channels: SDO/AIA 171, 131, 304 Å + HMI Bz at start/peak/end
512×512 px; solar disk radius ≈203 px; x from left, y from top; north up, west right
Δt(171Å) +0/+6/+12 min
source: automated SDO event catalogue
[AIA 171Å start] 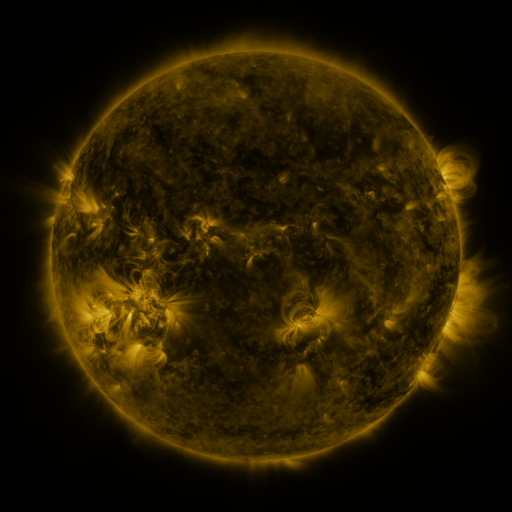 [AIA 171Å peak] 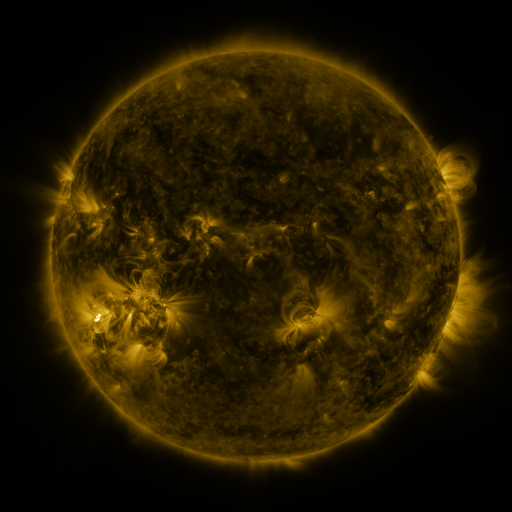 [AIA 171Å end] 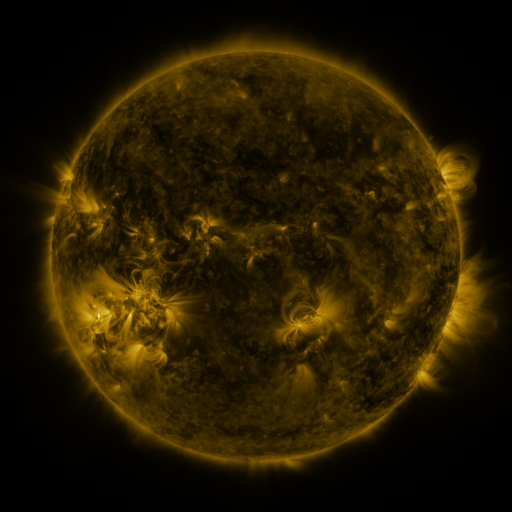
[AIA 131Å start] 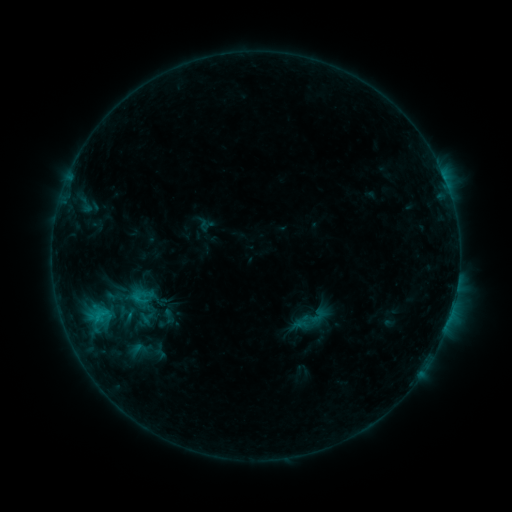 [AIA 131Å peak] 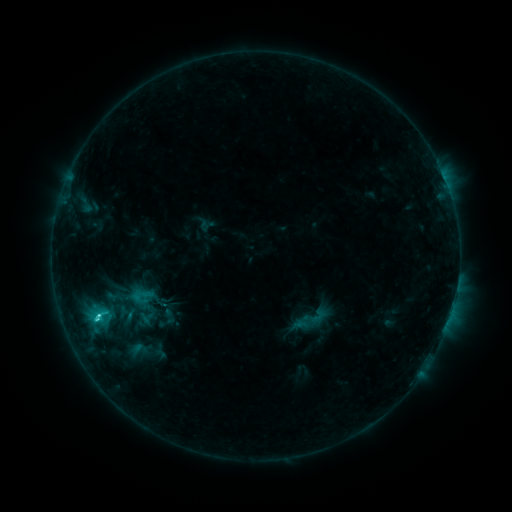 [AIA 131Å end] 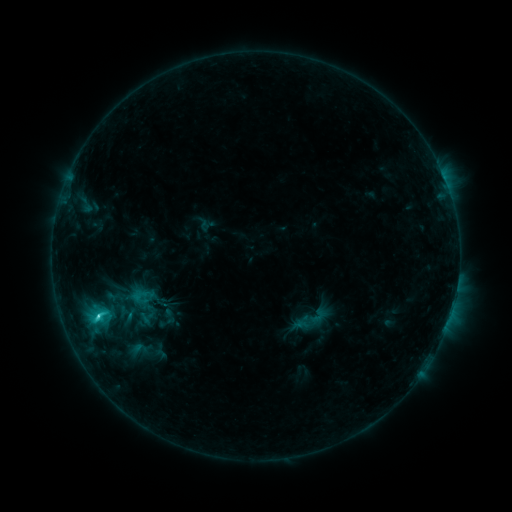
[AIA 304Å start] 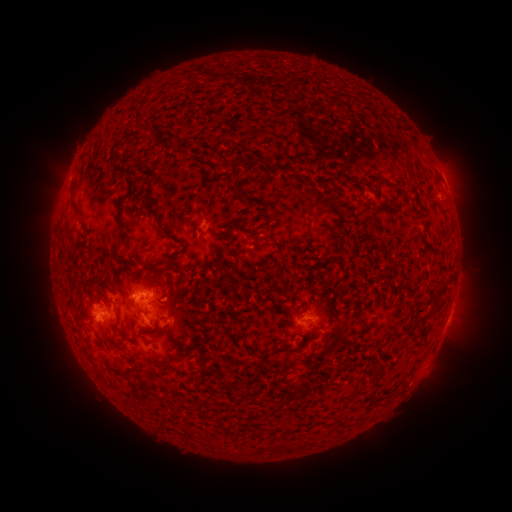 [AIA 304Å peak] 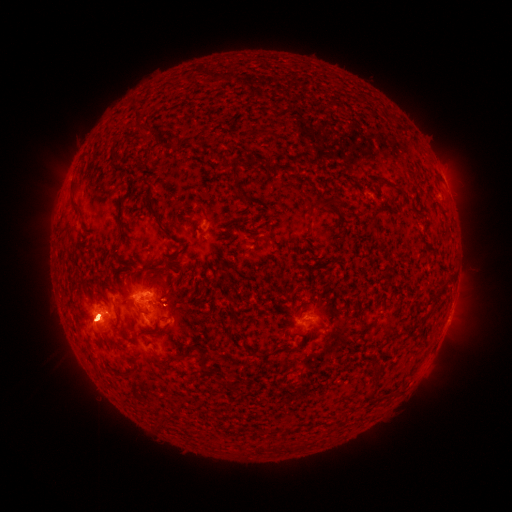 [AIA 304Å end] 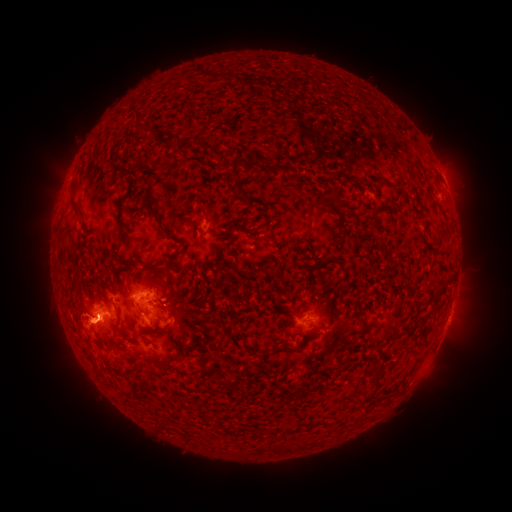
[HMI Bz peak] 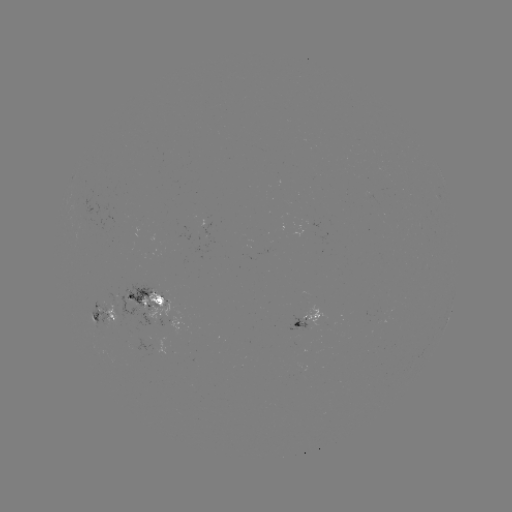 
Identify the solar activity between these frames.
C2.8 flare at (98, 315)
